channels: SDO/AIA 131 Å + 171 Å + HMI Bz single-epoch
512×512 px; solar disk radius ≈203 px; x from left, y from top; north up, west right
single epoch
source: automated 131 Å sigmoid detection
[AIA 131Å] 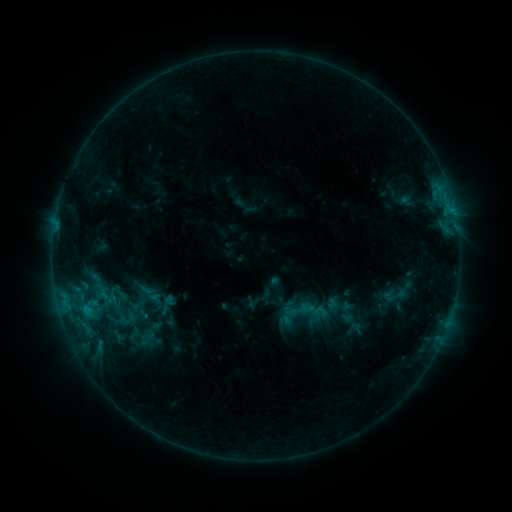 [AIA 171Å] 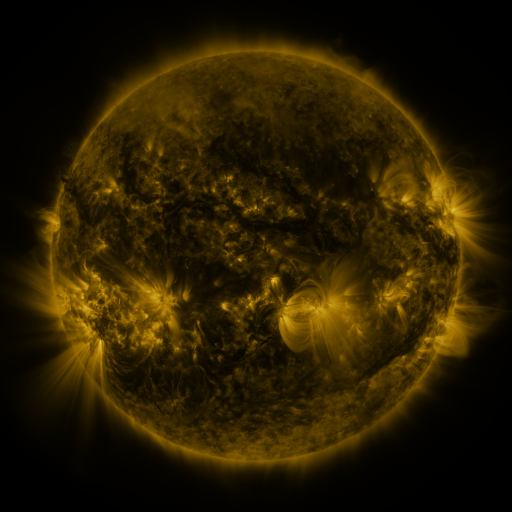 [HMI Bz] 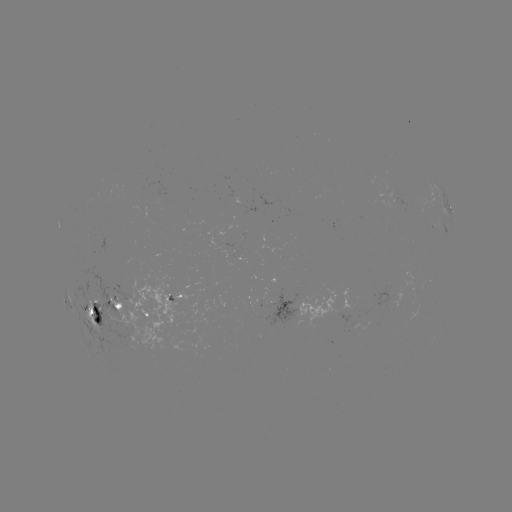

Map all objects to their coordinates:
sigmoid: (121, 294)
